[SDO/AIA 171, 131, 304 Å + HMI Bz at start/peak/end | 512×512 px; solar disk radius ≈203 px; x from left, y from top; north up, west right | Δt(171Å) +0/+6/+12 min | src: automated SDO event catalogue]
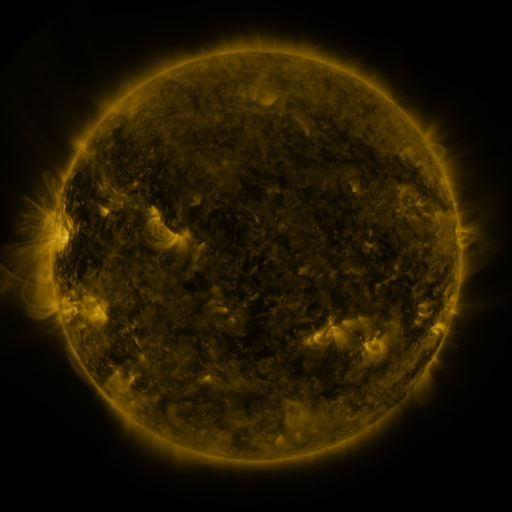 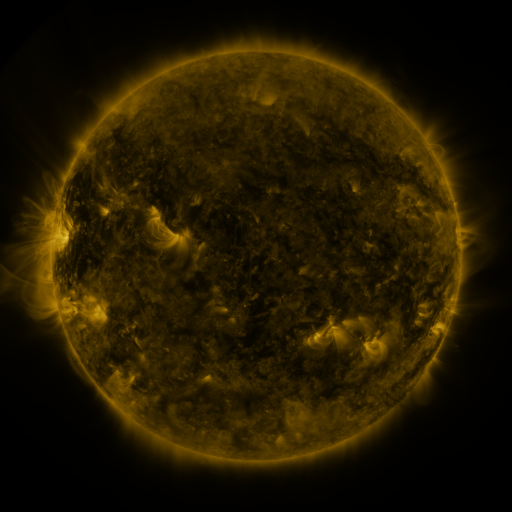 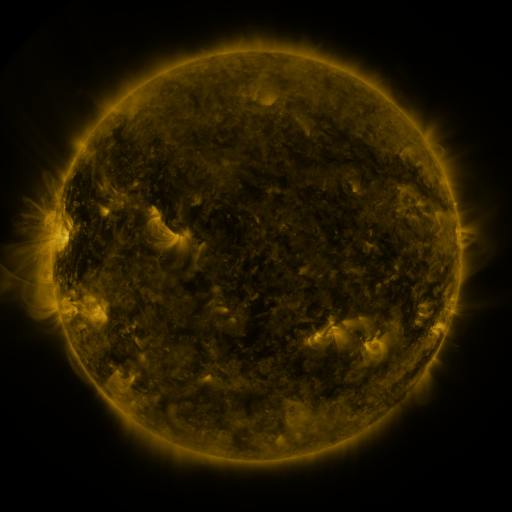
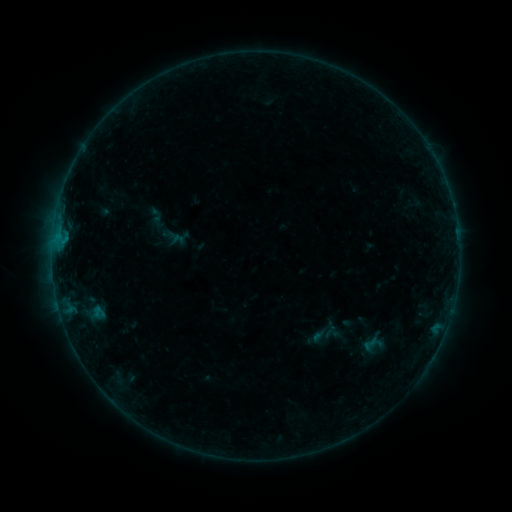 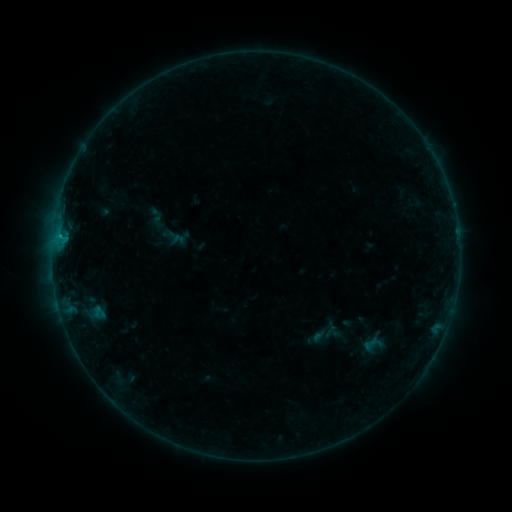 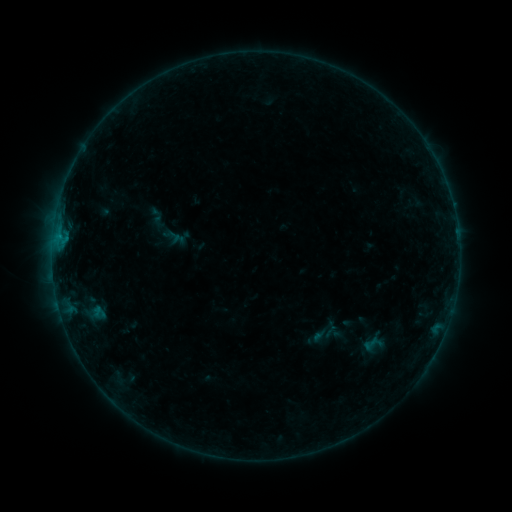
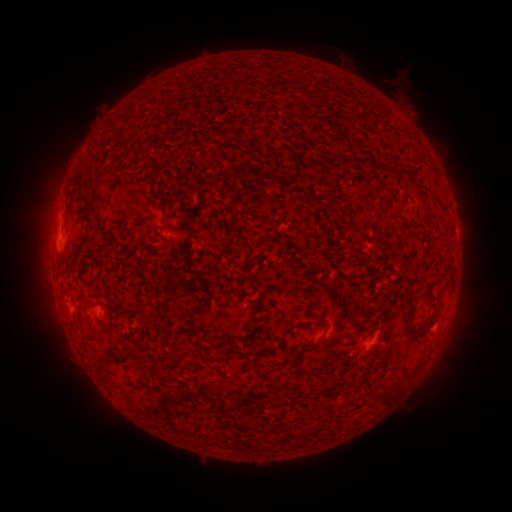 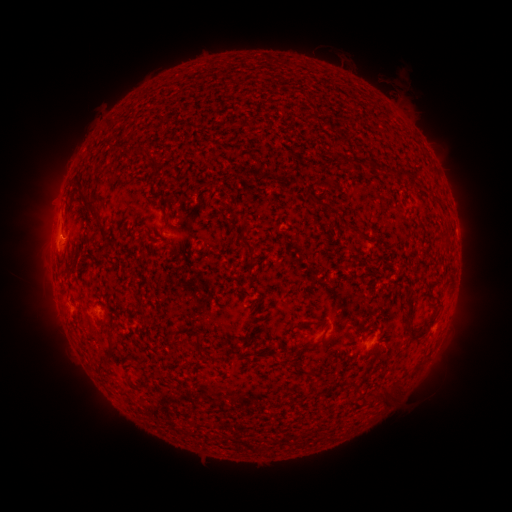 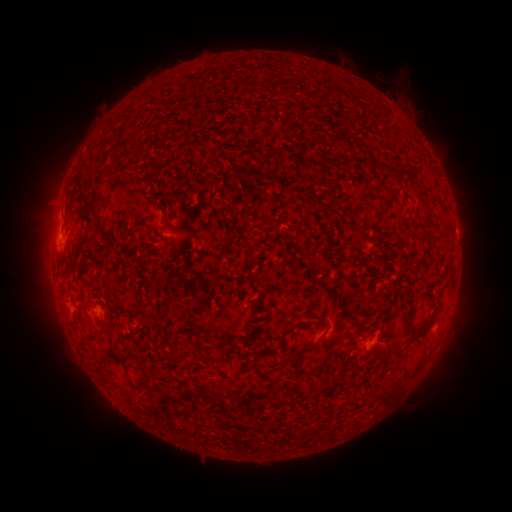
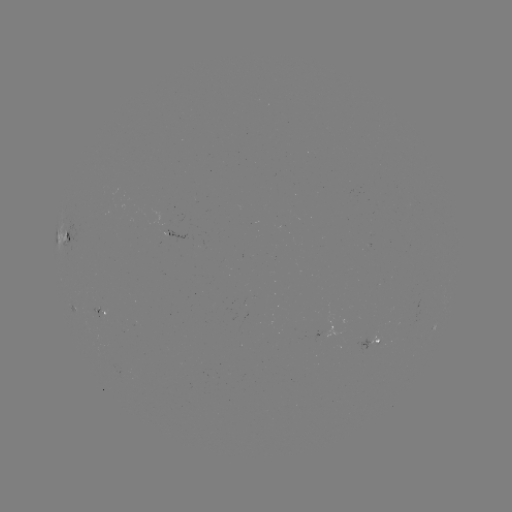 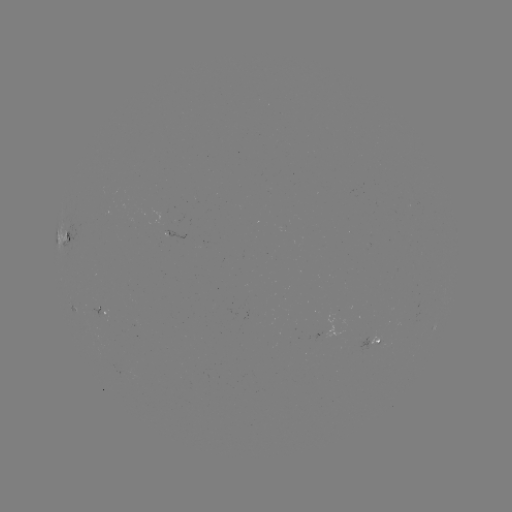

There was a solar flare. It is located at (61, 239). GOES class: B2.8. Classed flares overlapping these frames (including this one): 1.